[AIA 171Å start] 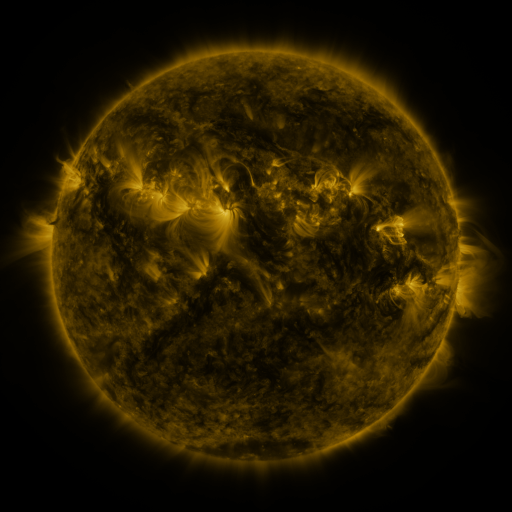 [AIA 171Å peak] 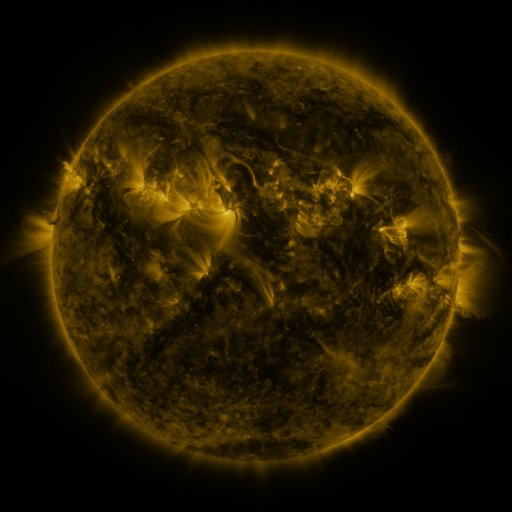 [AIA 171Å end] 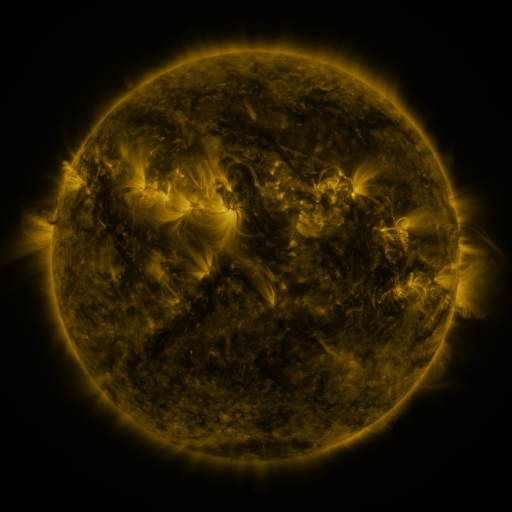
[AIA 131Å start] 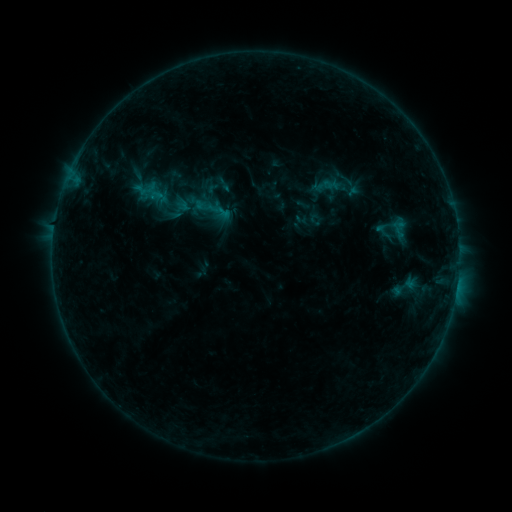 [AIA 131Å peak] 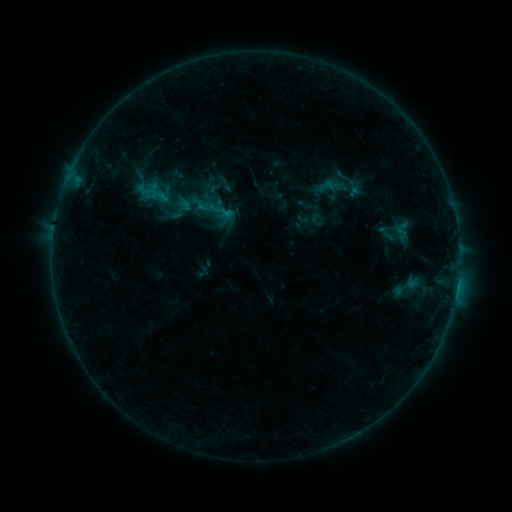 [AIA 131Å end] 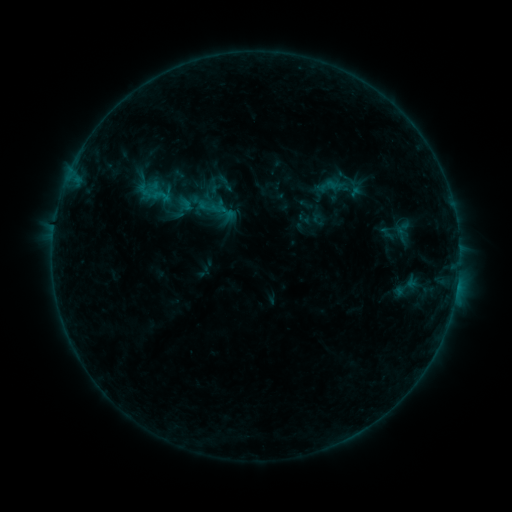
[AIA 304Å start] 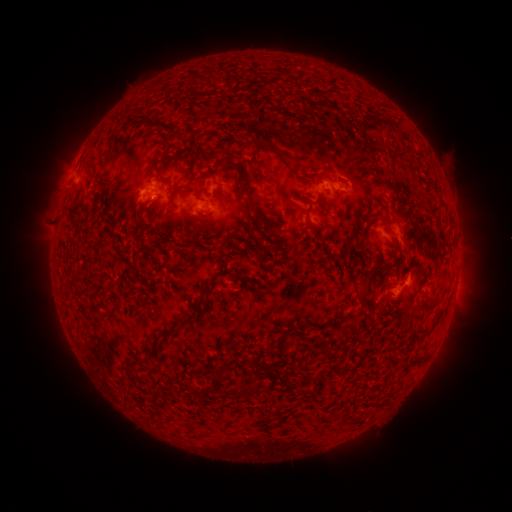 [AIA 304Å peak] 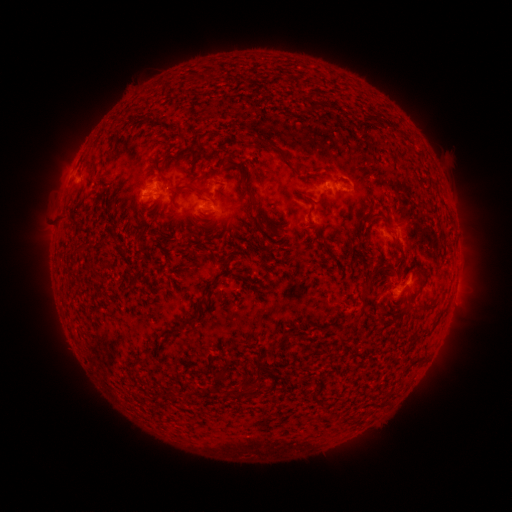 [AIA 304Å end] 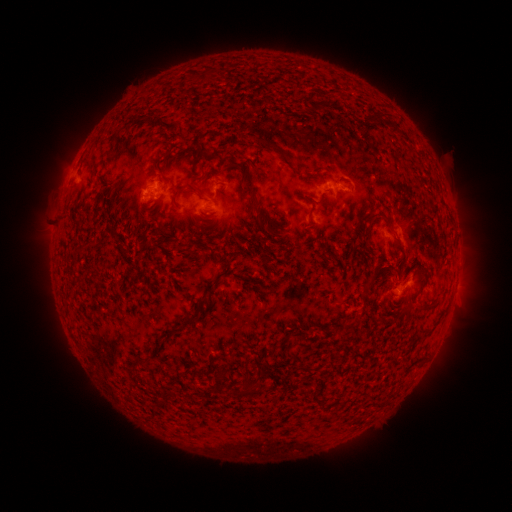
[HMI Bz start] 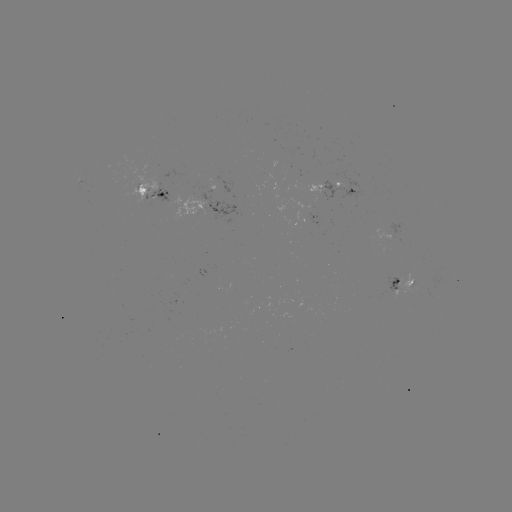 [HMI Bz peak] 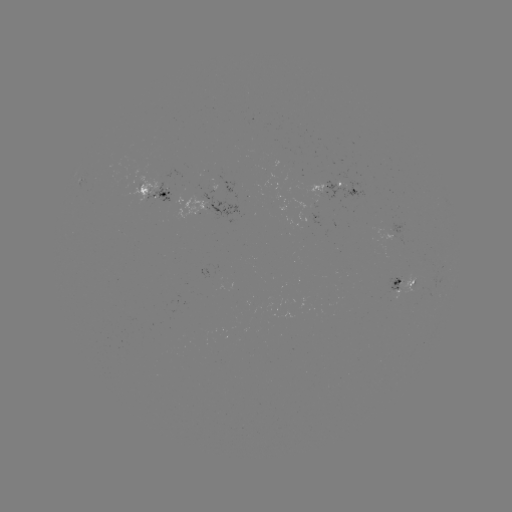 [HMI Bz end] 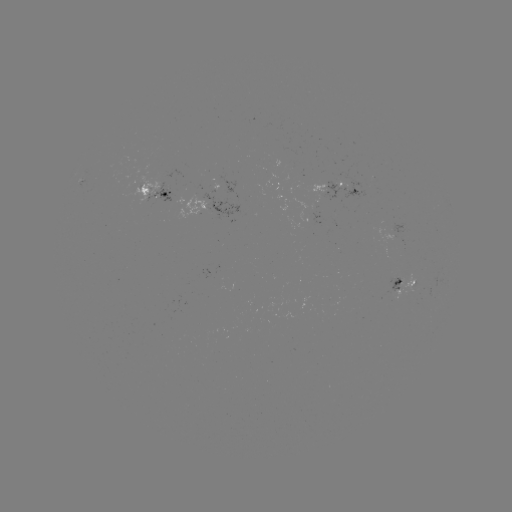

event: emerging-flux region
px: (300, 179)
